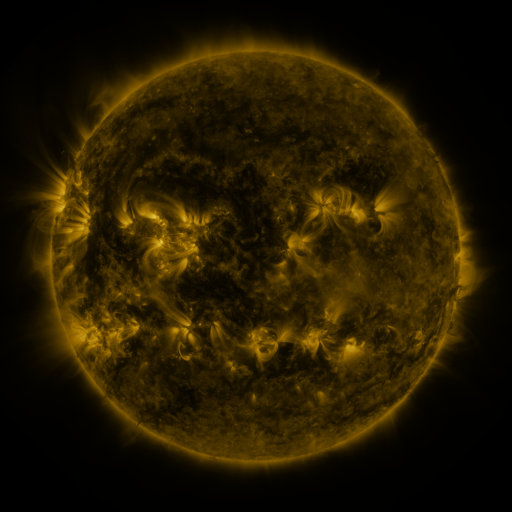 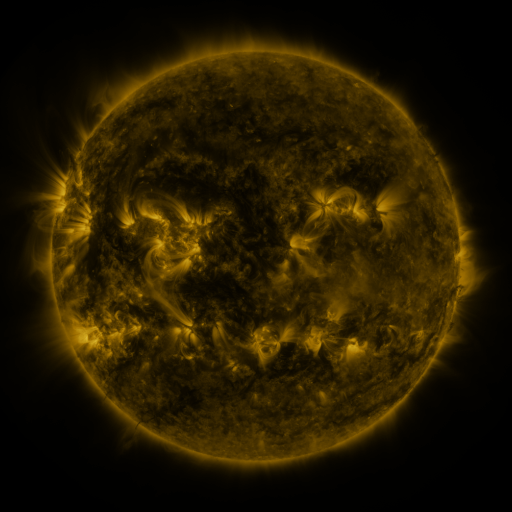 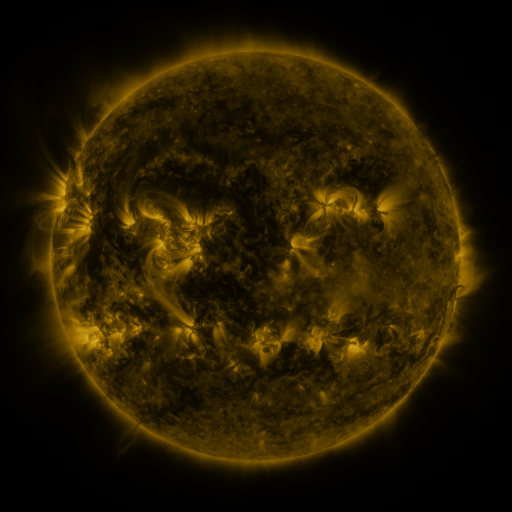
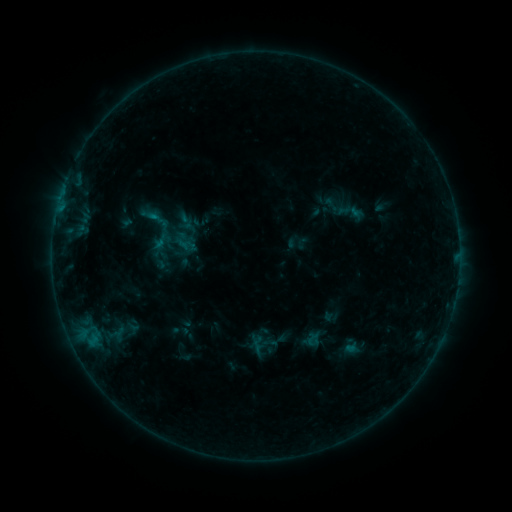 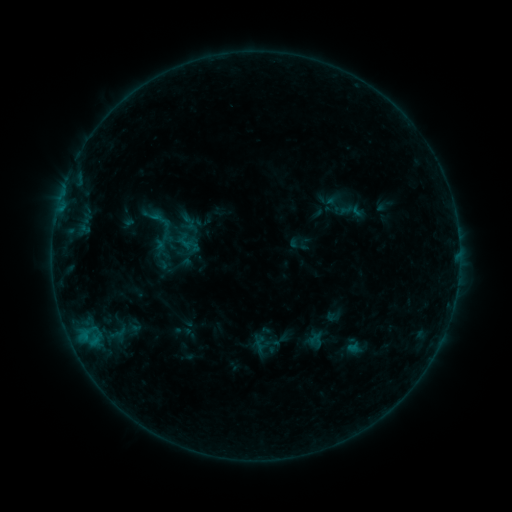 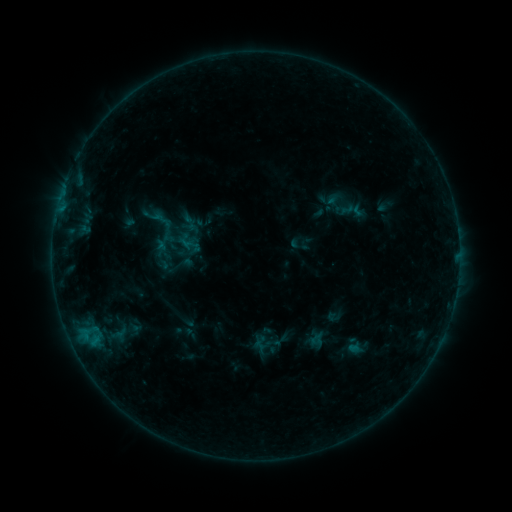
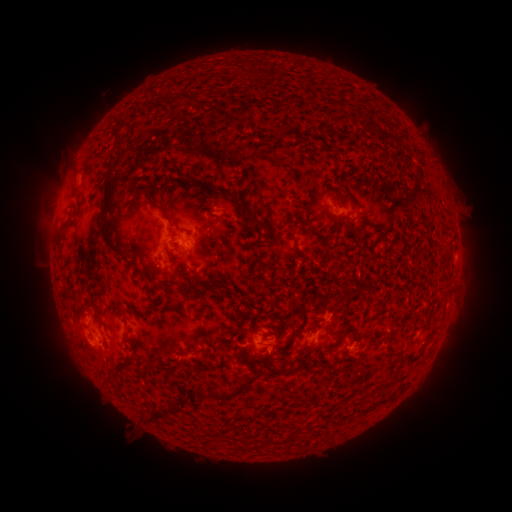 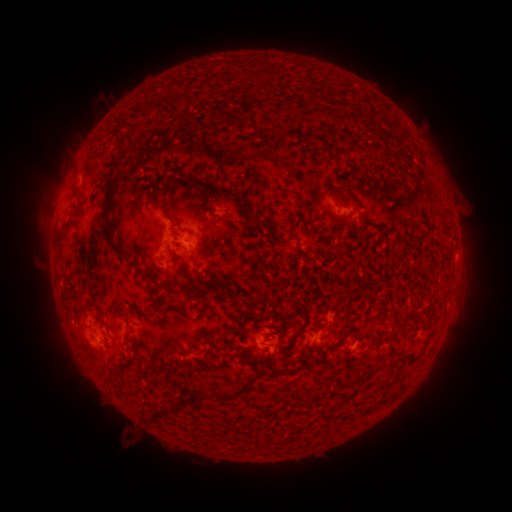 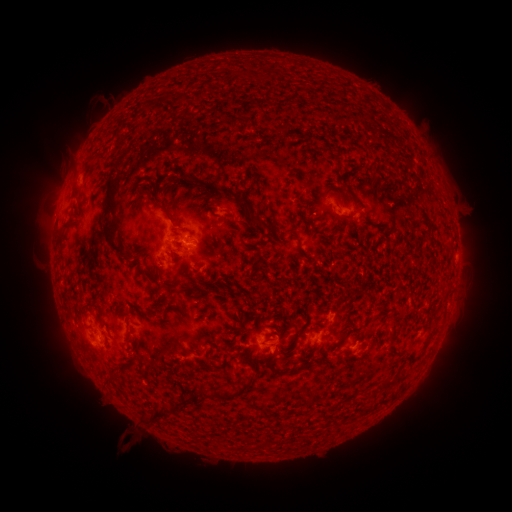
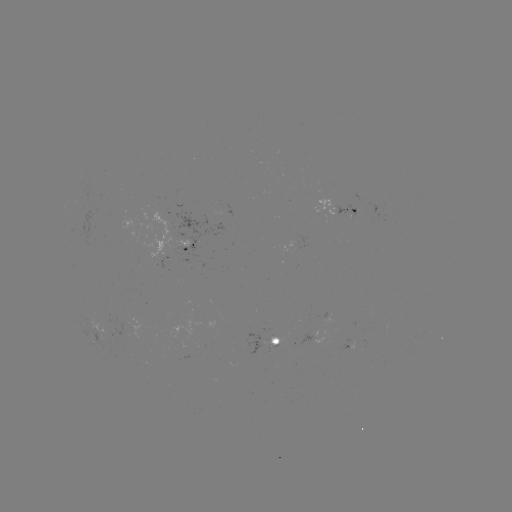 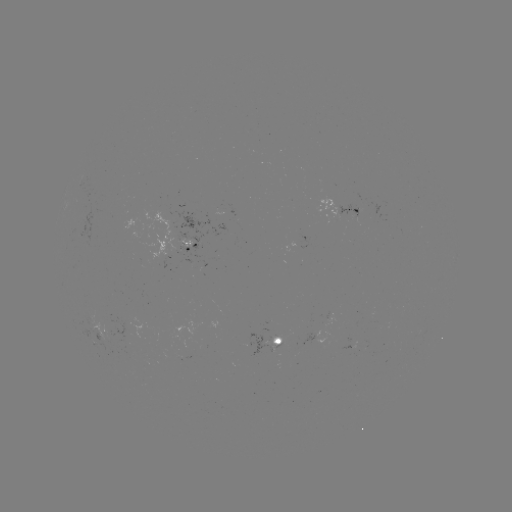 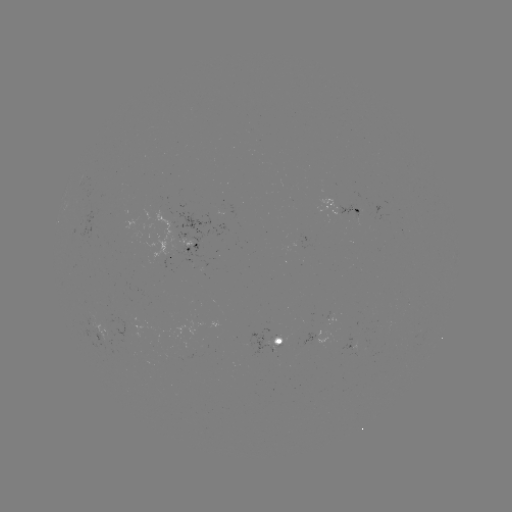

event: emerging-flux region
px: (106, 339)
